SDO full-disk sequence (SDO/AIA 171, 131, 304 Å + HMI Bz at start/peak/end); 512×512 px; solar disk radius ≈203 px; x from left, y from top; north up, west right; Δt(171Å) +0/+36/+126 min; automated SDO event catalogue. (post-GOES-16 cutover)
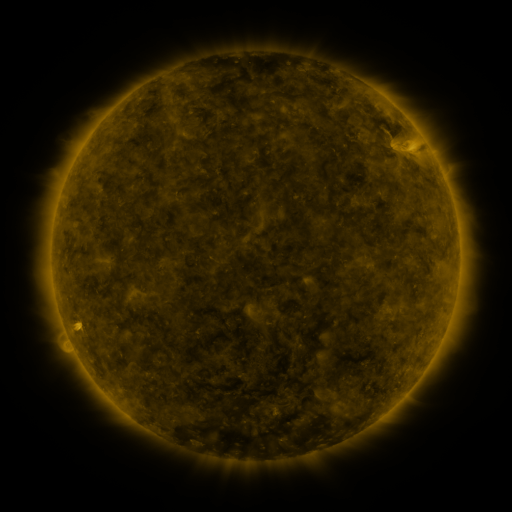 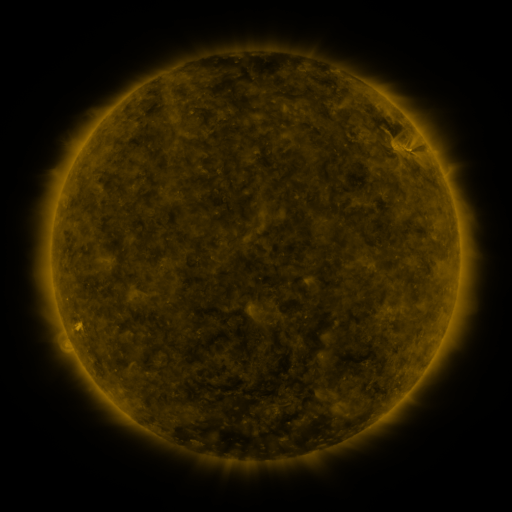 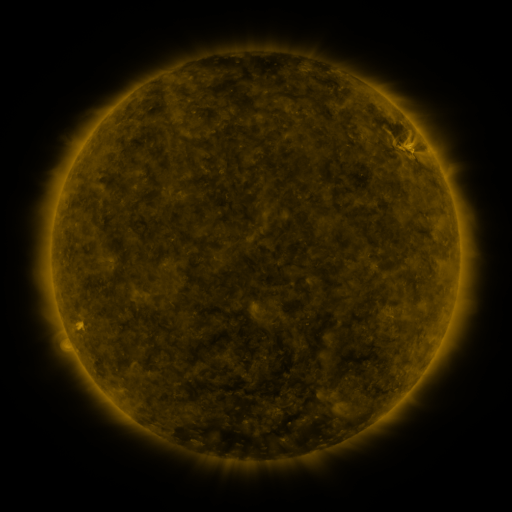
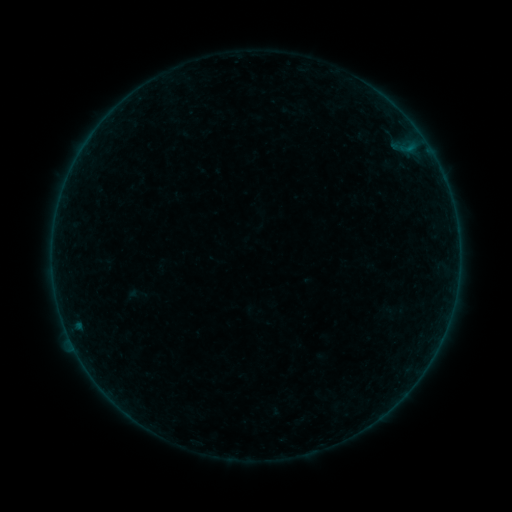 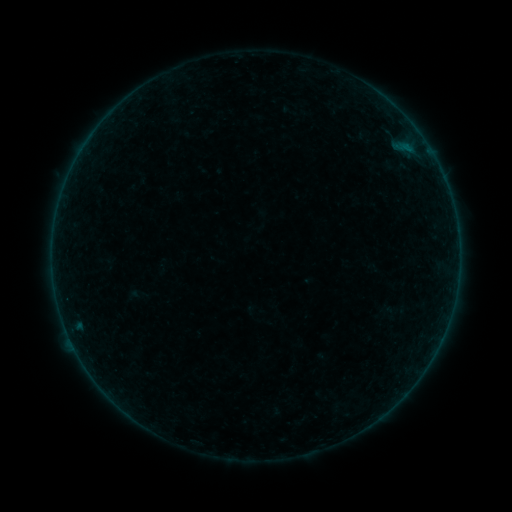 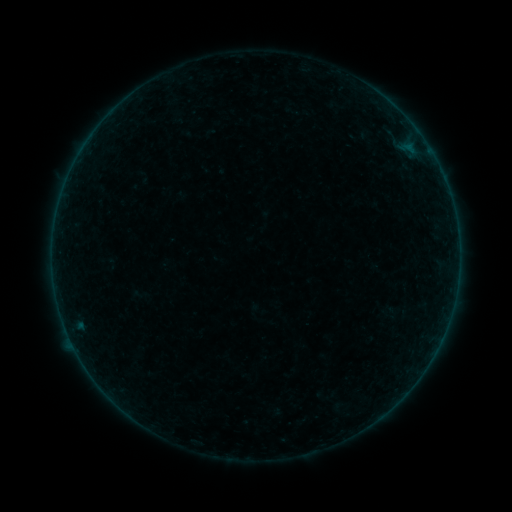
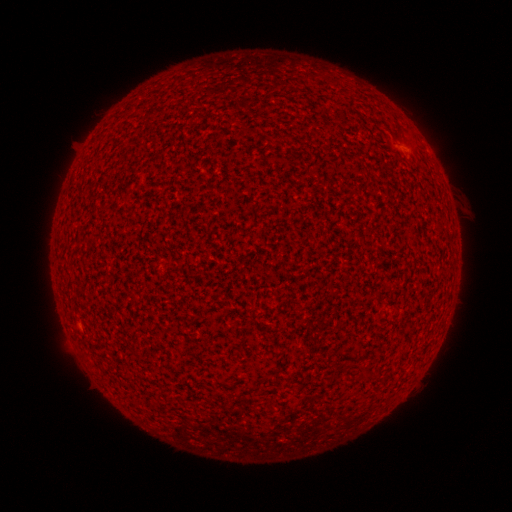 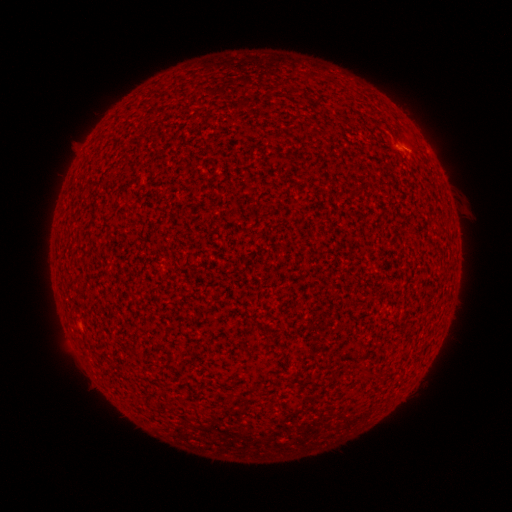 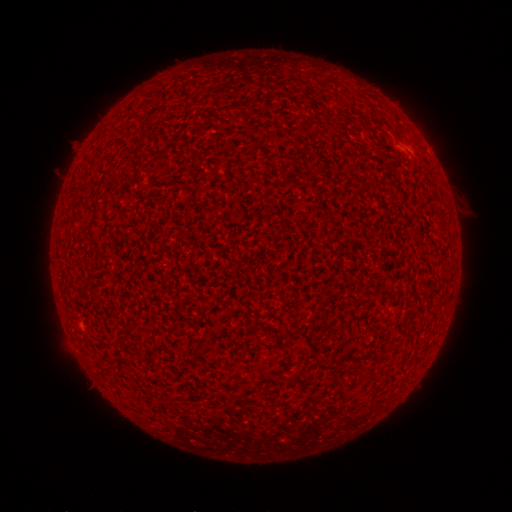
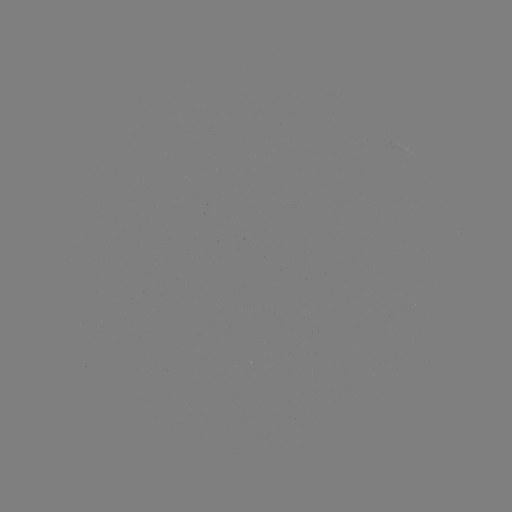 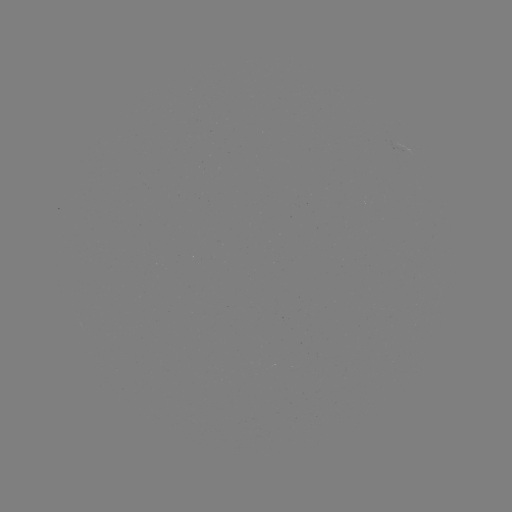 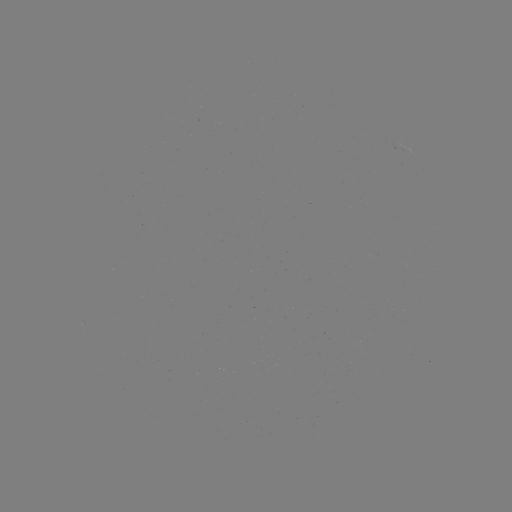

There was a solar flare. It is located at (406, 147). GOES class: B1.6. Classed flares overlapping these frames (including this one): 2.